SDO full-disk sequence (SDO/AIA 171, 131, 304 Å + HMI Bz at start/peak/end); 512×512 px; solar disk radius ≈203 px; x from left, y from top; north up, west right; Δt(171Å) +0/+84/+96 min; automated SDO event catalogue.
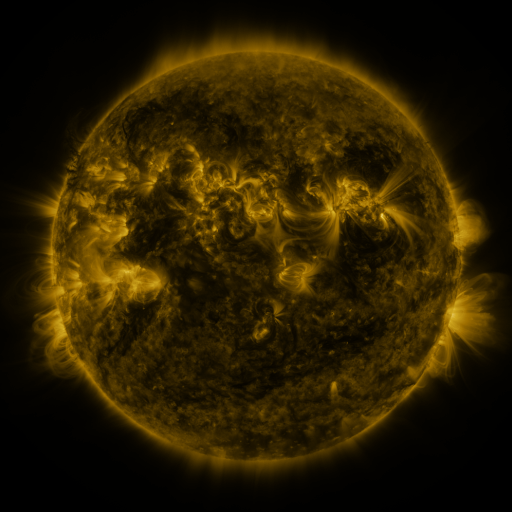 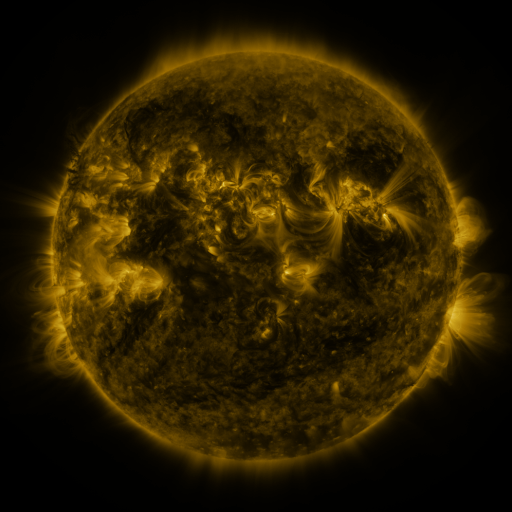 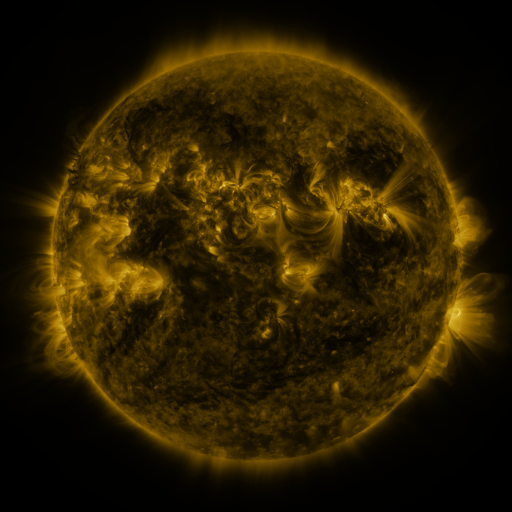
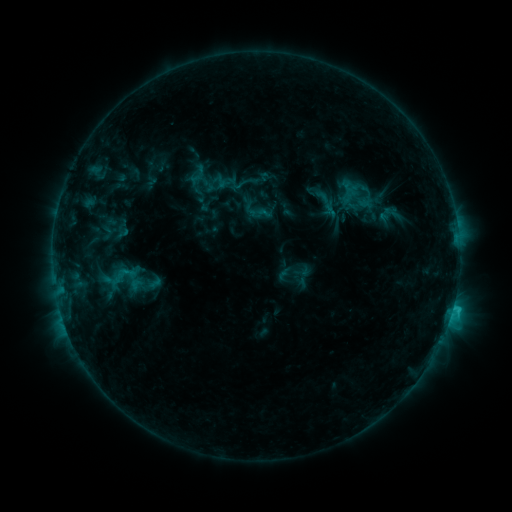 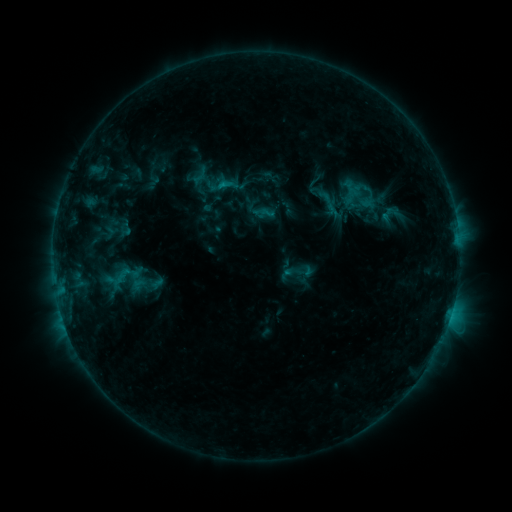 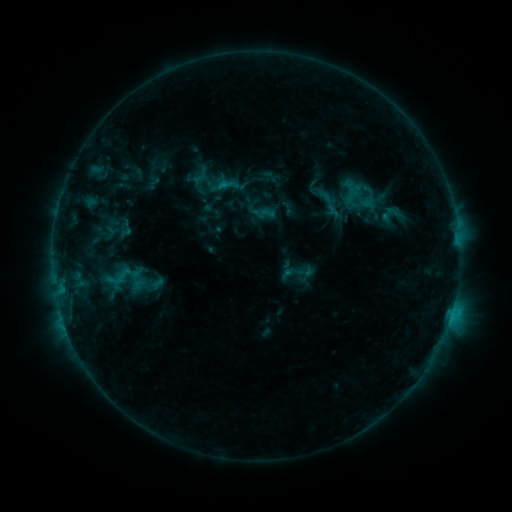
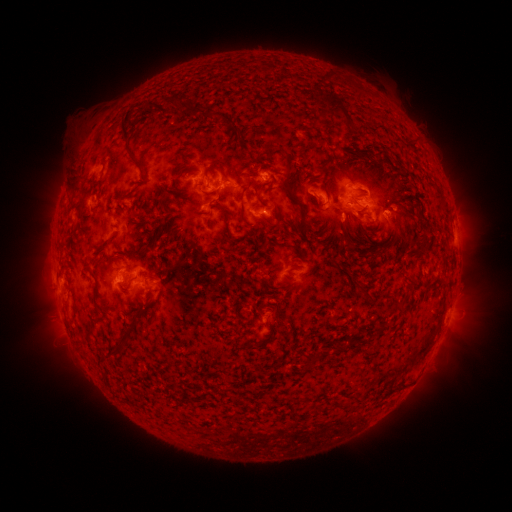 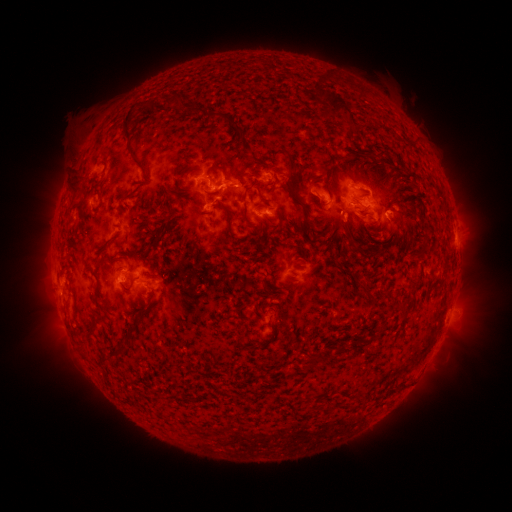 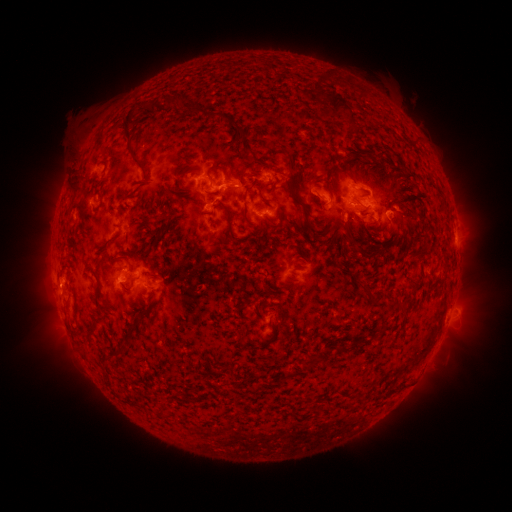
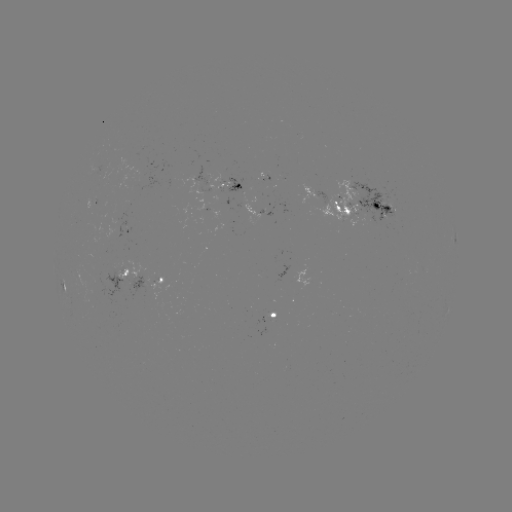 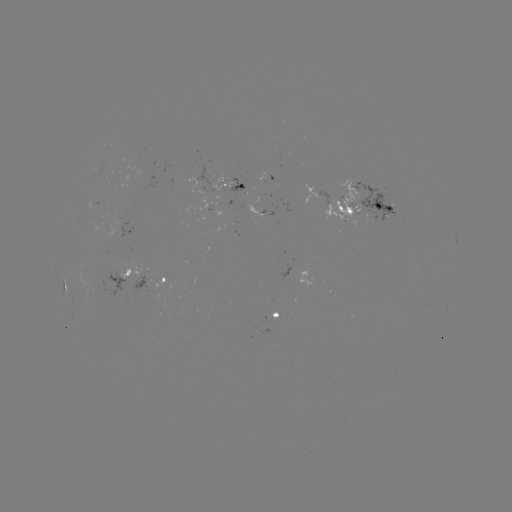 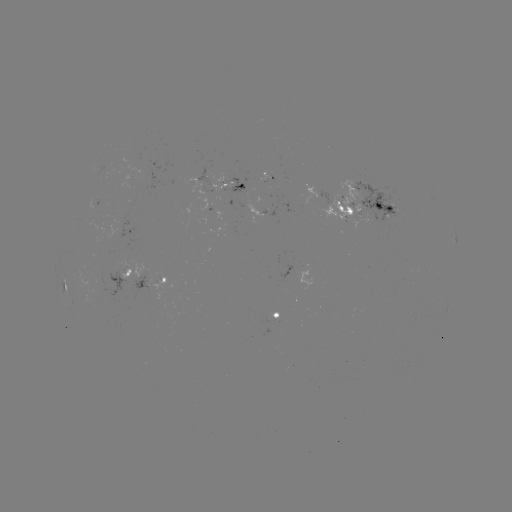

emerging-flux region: [260, 174, 267, 184]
